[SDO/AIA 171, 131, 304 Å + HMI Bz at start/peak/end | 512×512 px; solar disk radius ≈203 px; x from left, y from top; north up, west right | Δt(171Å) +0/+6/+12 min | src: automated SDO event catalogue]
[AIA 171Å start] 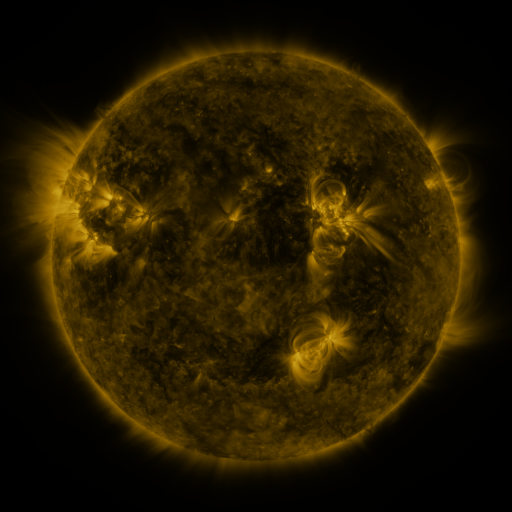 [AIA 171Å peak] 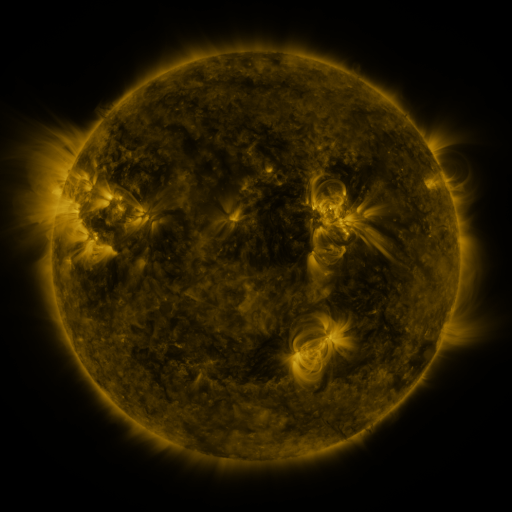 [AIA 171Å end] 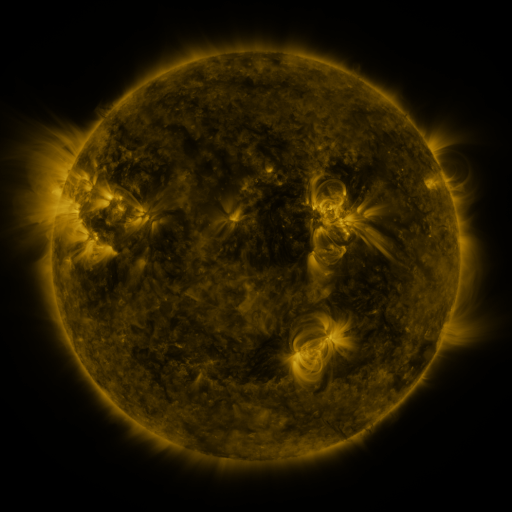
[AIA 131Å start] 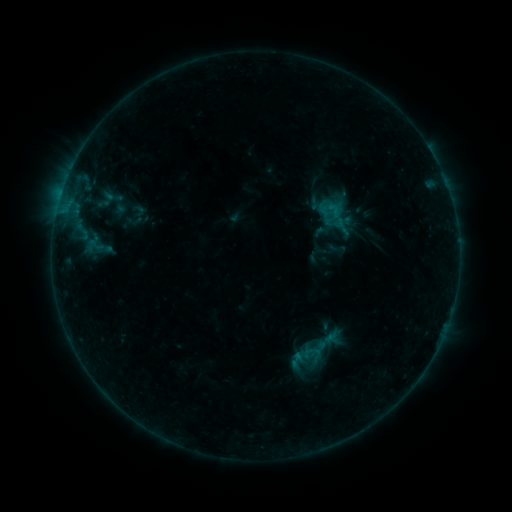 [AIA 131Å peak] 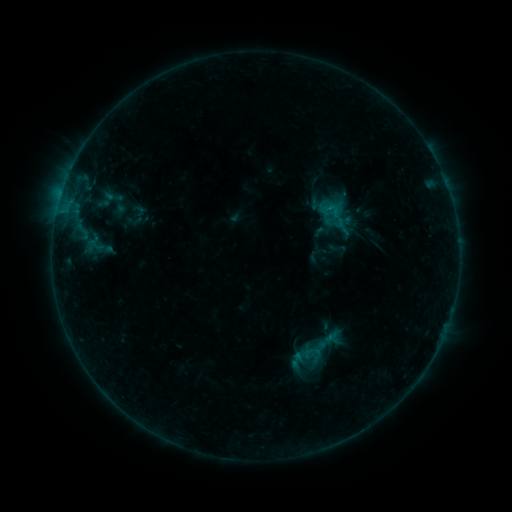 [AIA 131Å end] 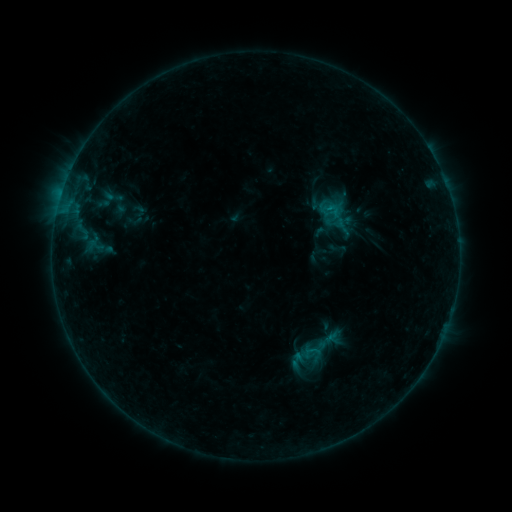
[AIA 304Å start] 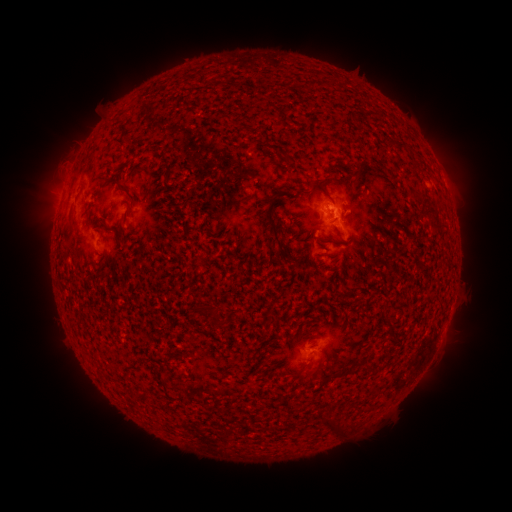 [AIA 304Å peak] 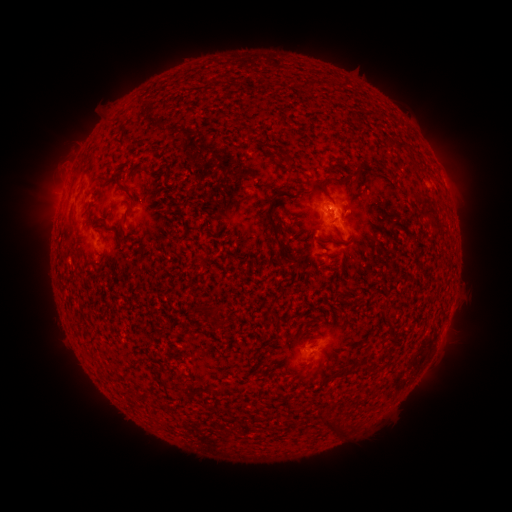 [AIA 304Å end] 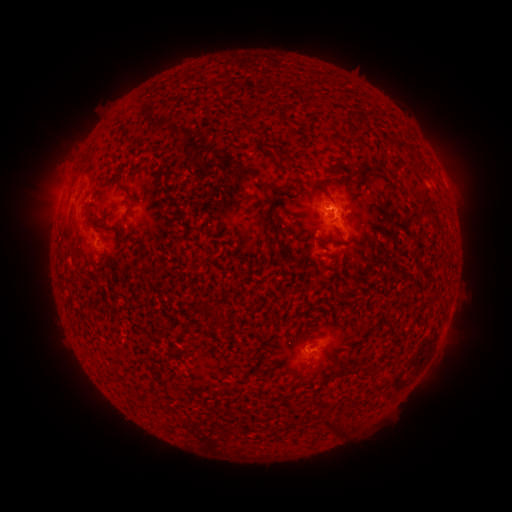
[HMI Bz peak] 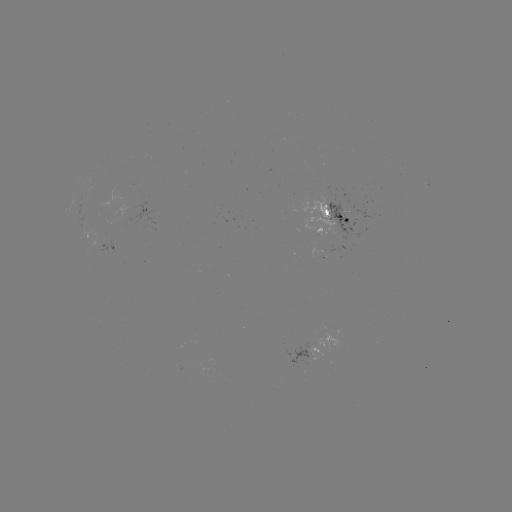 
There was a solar flare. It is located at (328, 211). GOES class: B4.0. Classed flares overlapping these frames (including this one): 1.